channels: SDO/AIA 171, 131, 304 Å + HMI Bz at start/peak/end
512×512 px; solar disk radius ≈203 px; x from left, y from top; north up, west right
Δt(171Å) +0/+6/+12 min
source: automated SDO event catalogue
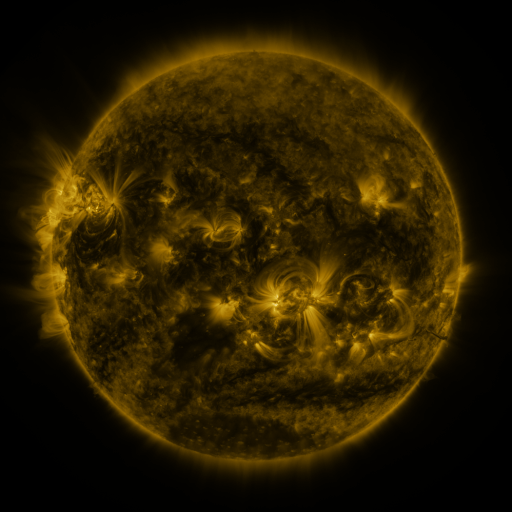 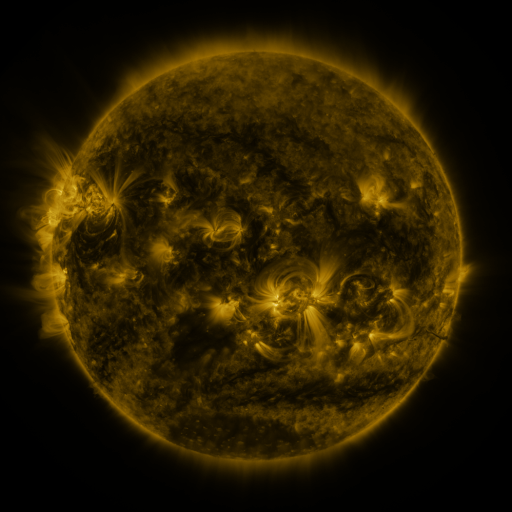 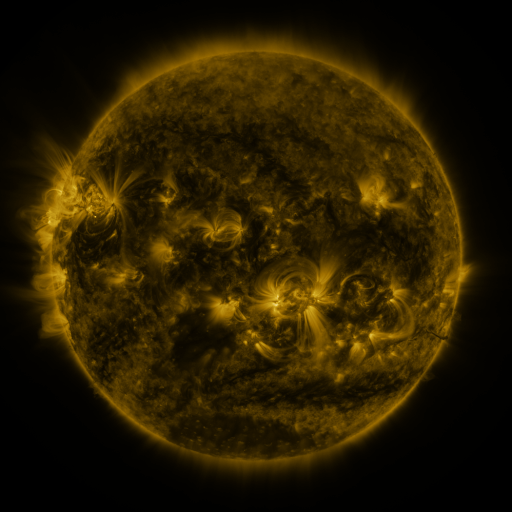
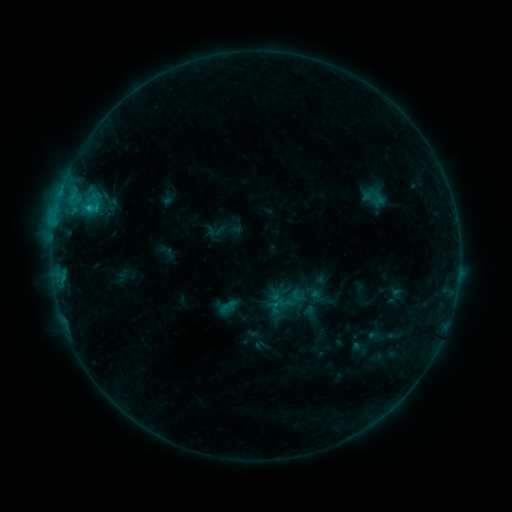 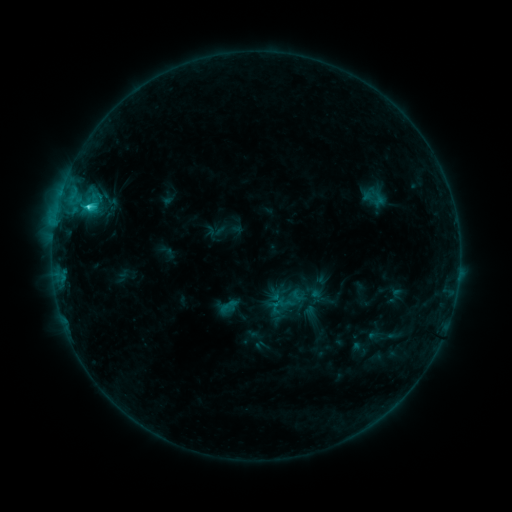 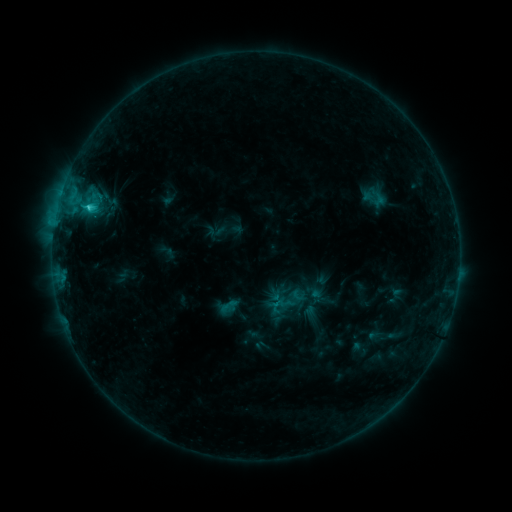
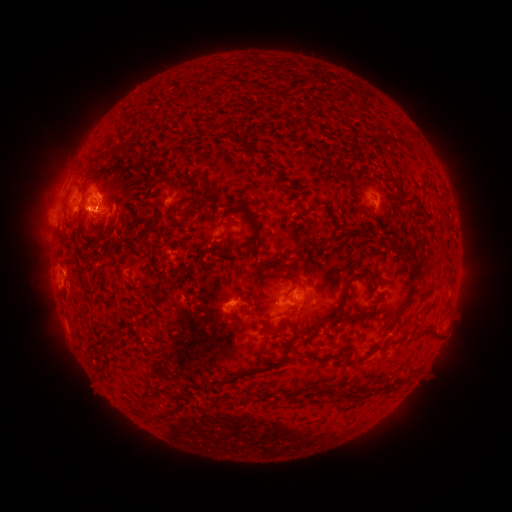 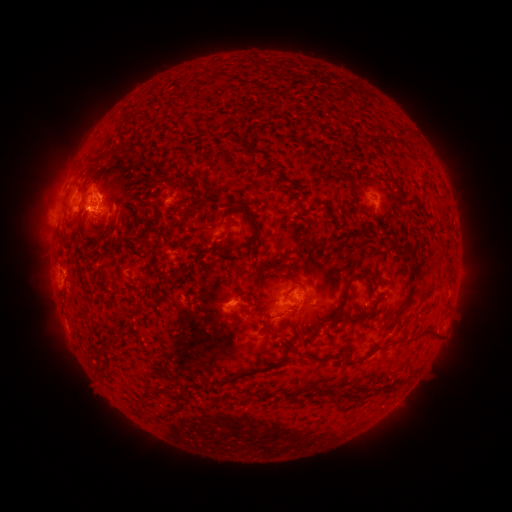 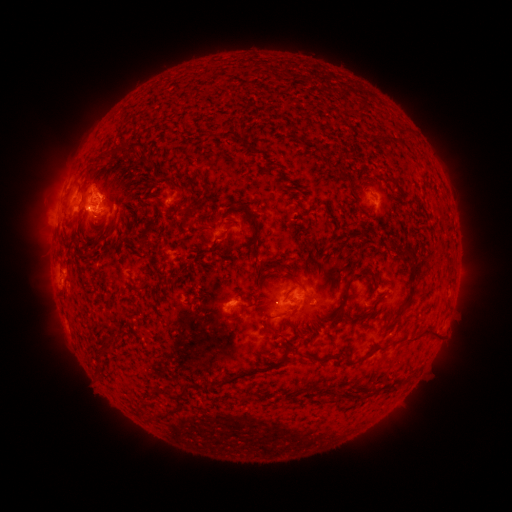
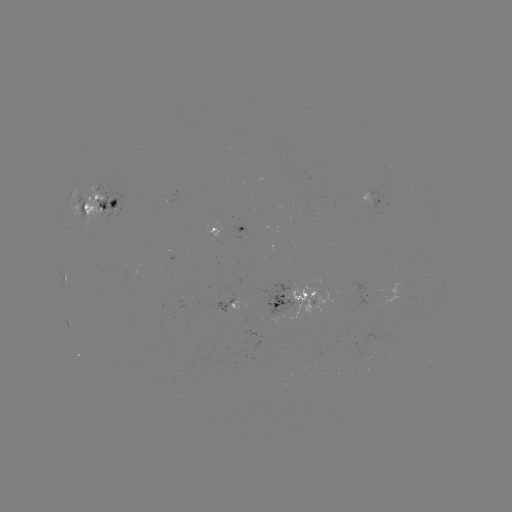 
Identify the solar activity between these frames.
C1.8 flare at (88, 210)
